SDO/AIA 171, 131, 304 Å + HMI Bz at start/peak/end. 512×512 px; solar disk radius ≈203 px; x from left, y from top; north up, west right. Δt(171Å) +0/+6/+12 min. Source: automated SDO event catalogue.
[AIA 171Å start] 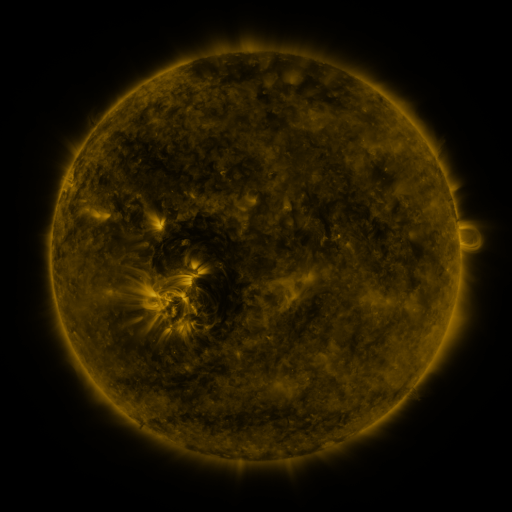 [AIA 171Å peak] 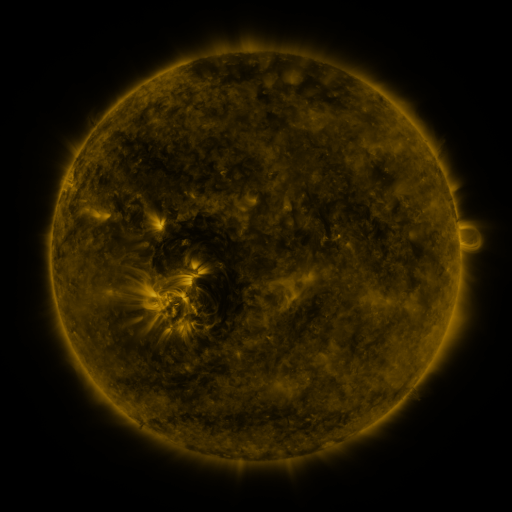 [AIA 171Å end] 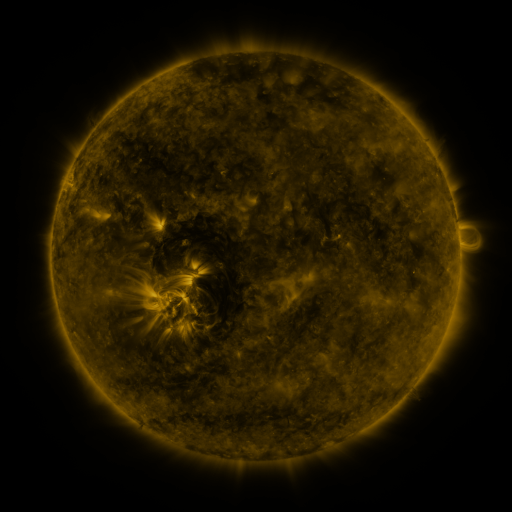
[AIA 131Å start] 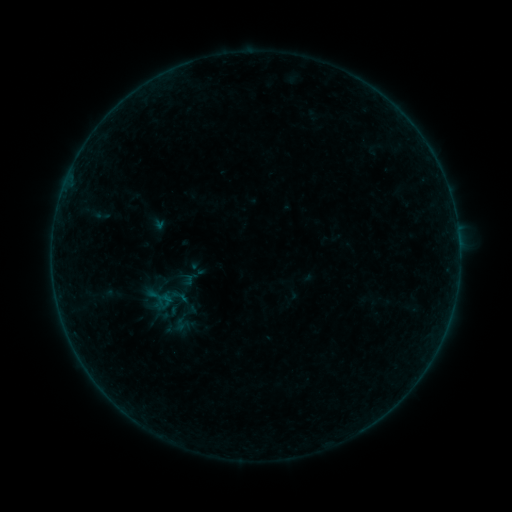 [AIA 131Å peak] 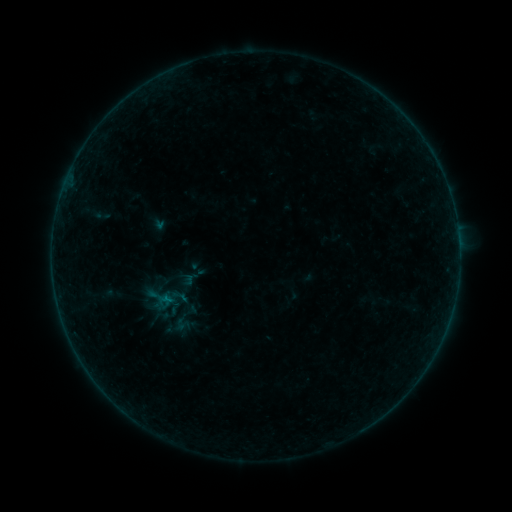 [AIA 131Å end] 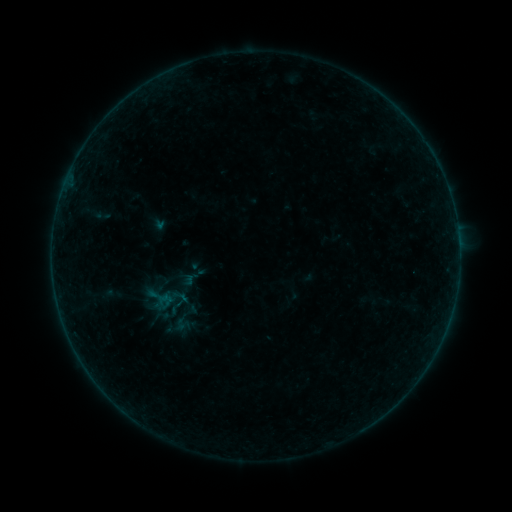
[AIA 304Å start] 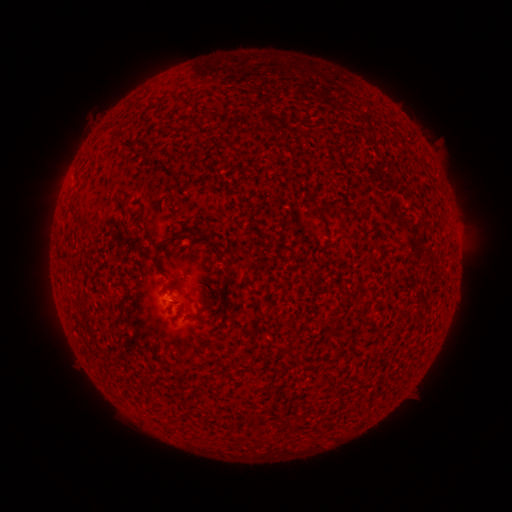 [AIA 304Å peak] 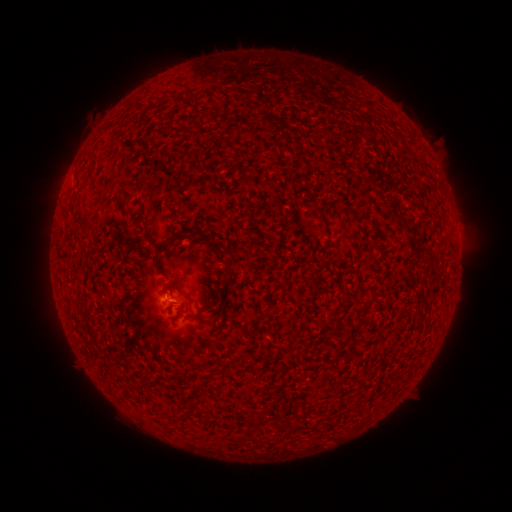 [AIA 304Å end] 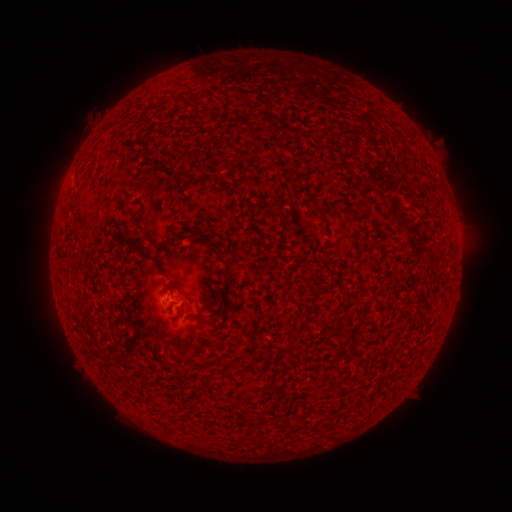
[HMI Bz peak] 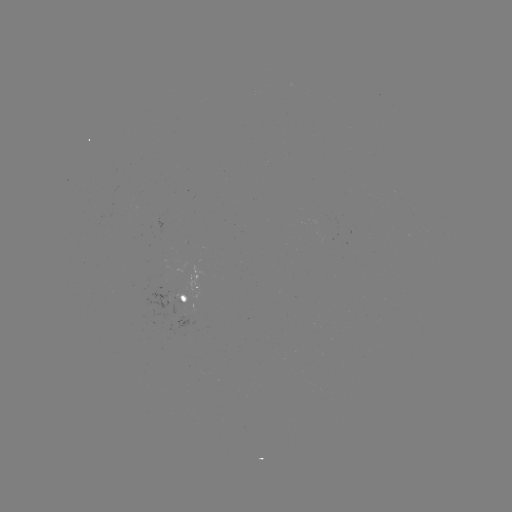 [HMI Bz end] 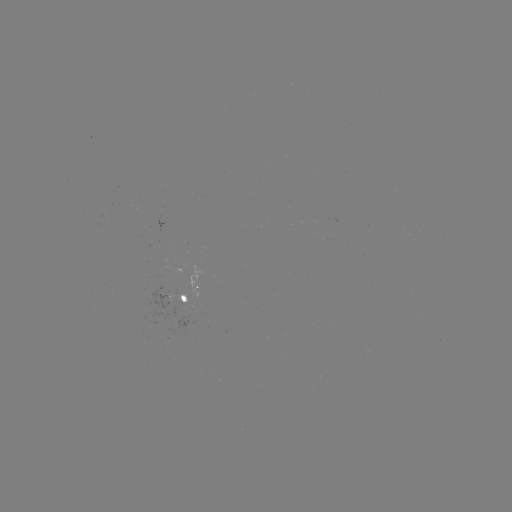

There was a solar flare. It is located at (170, 296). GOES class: B1.3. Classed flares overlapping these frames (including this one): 1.